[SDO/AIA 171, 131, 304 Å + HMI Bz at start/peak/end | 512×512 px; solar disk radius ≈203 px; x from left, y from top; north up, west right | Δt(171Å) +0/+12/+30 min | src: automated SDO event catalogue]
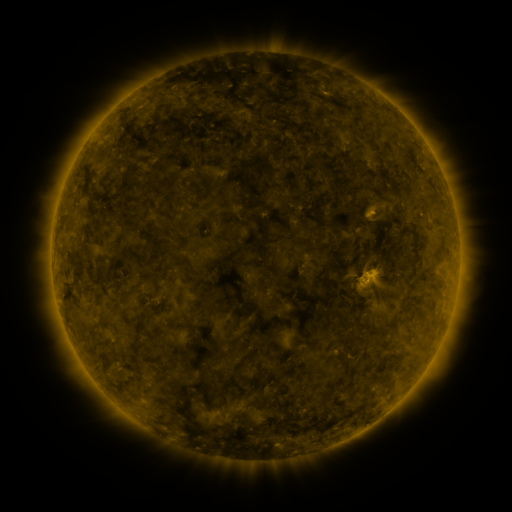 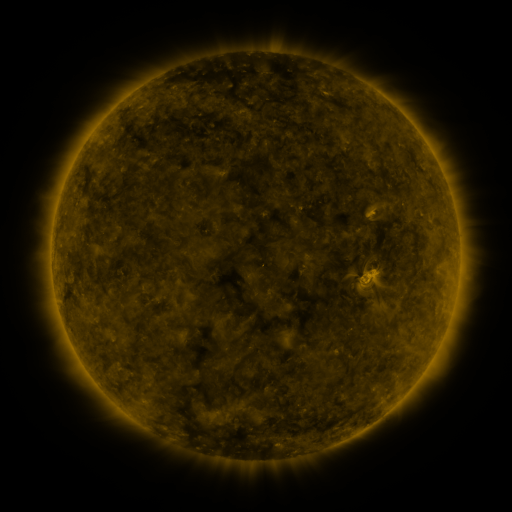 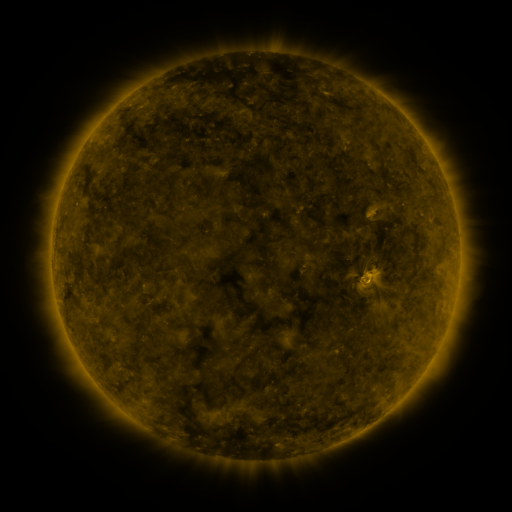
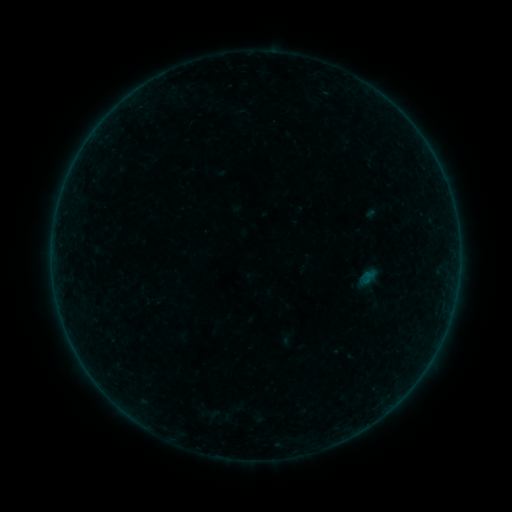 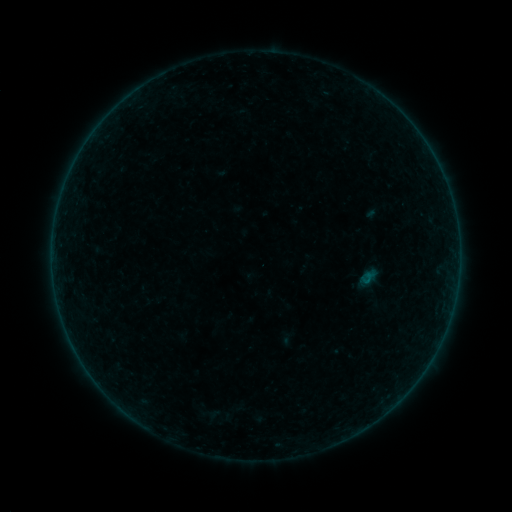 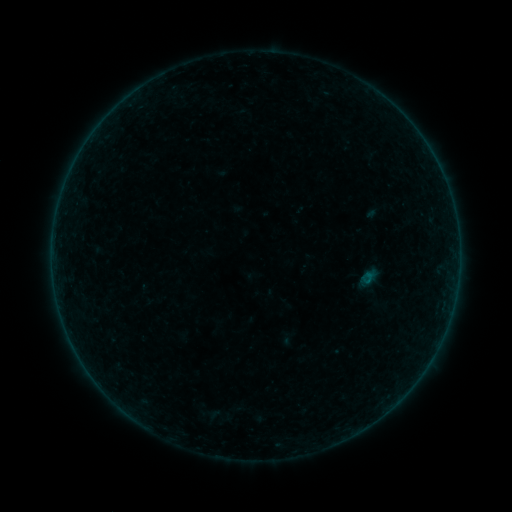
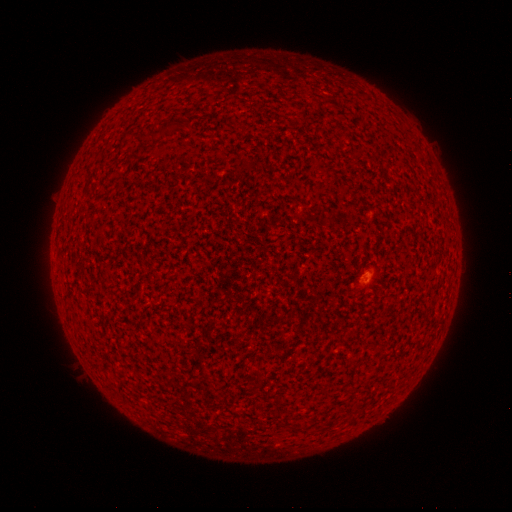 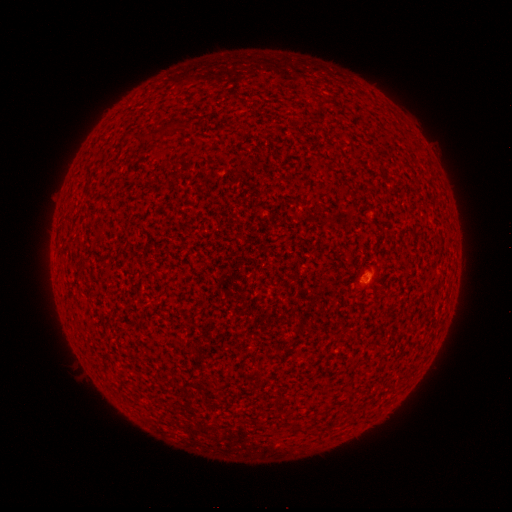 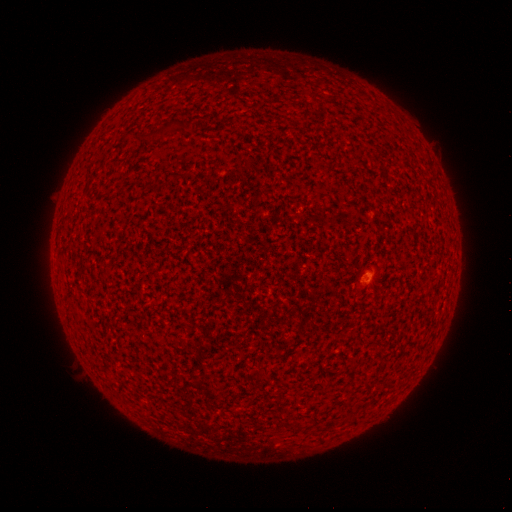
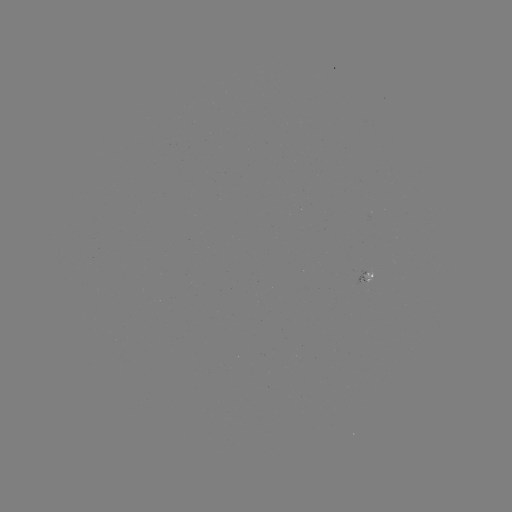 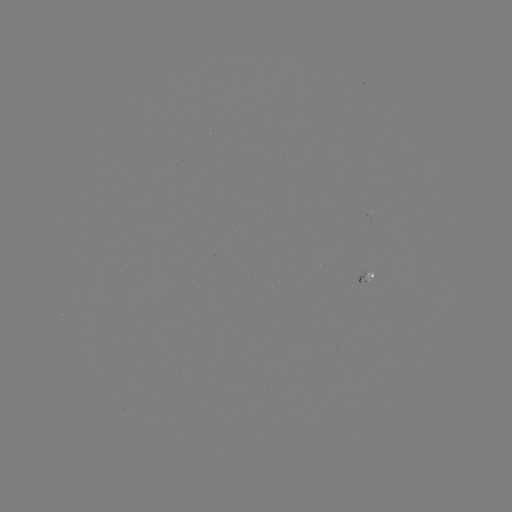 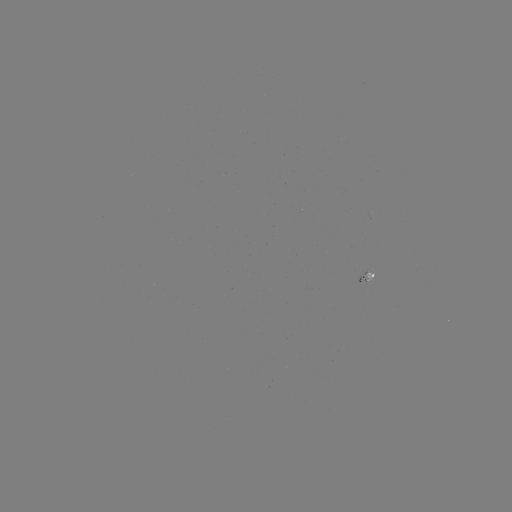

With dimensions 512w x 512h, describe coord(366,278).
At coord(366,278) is A5.8 flare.